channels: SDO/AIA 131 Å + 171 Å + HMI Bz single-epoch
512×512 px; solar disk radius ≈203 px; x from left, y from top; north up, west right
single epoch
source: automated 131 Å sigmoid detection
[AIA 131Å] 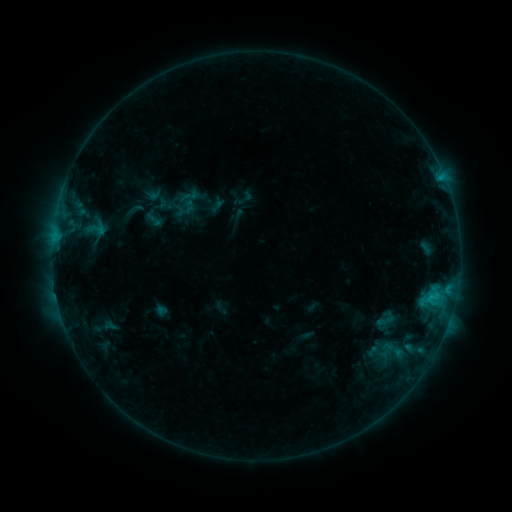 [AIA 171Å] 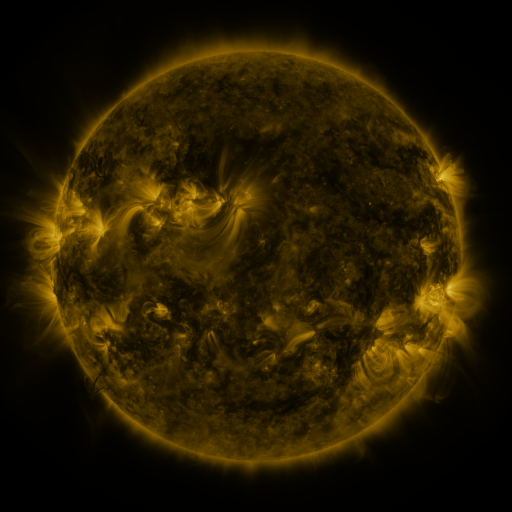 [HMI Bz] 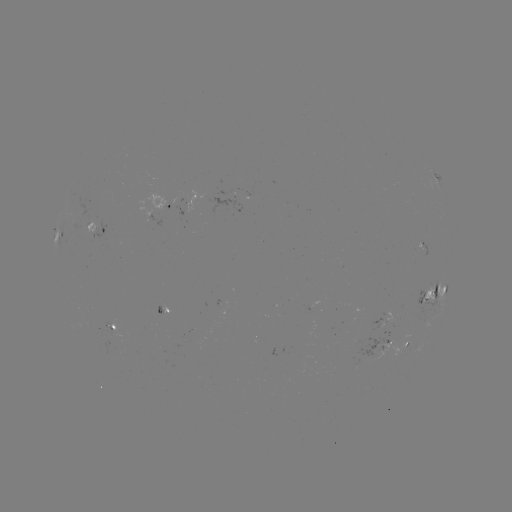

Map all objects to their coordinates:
sigmoid: <bbox>179, 185, 200, 207</bbox>
